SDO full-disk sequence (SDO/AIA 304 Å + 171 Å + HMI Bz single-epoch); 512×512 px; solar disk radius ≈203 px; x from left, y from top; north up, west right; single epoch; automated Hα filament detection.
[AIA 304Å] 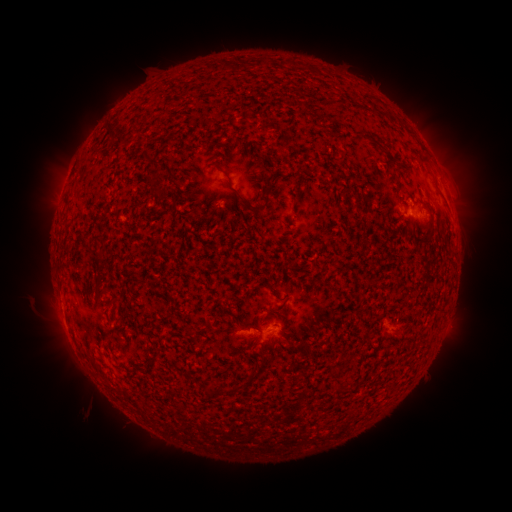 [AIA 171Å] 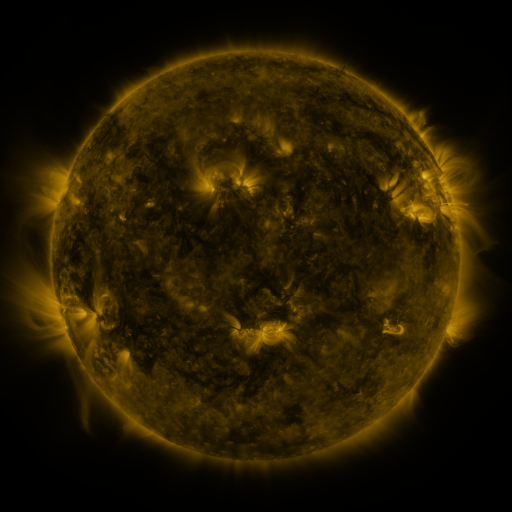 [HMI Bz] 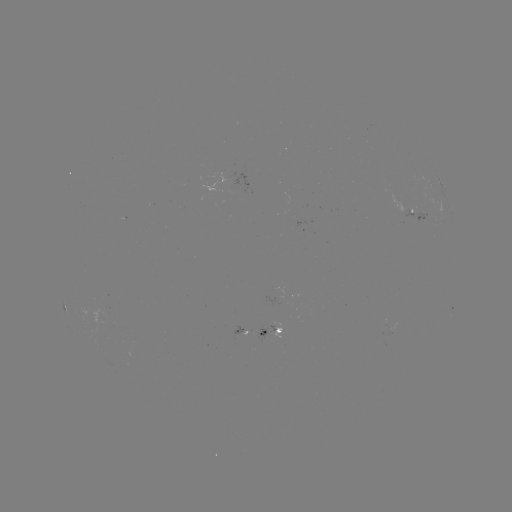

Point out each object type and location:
filament: (258, 57, 266, 68)
filament: (371, 141, 381, 149)
filament: (142, 148, 162, 164)
filament: (420, 157, 431, 168)
filament: (213, 162, 233, 181)
filament: (240, 195, 256, 210)
filament: (262, 195, 271, 207)
filament: (108, 295, 119, 303)
